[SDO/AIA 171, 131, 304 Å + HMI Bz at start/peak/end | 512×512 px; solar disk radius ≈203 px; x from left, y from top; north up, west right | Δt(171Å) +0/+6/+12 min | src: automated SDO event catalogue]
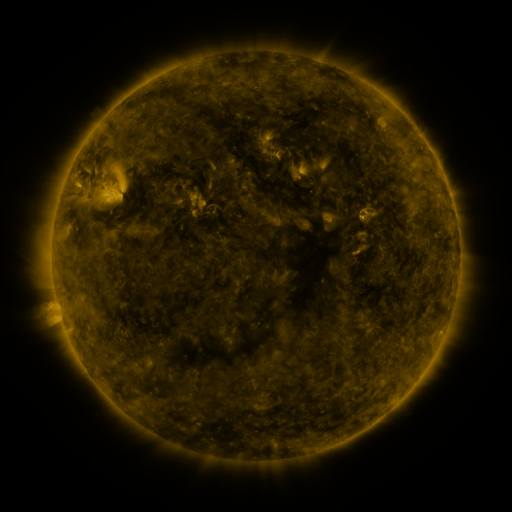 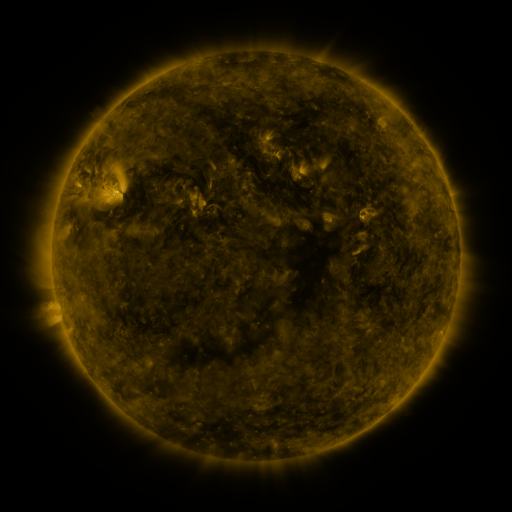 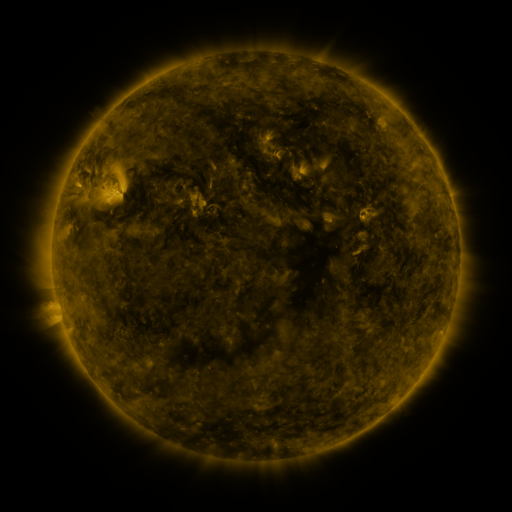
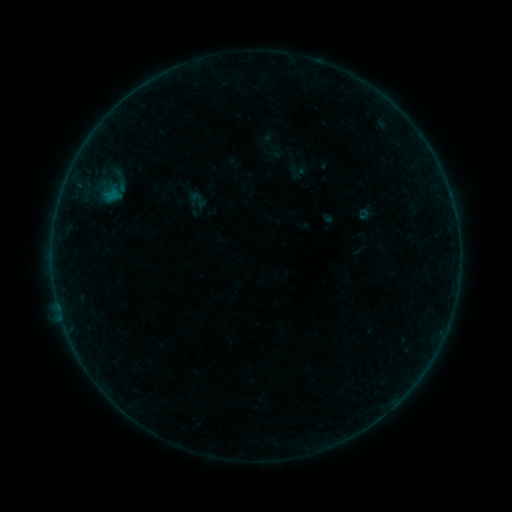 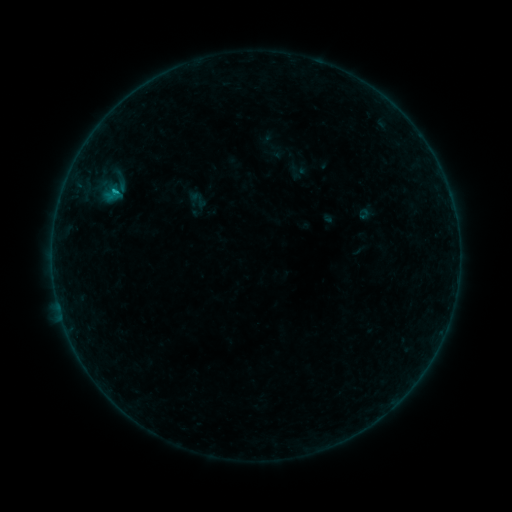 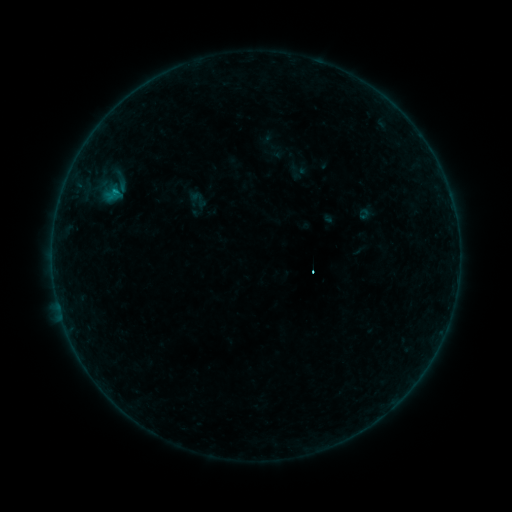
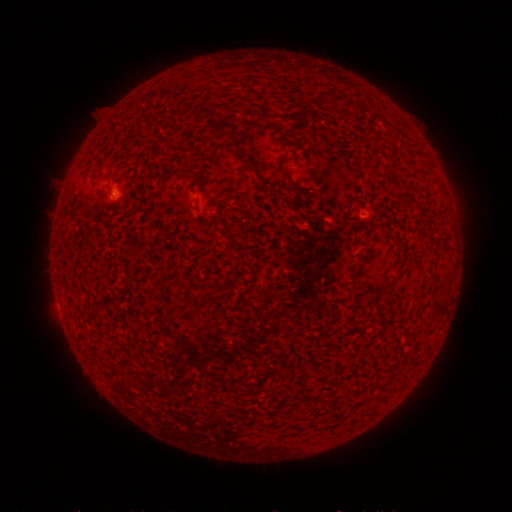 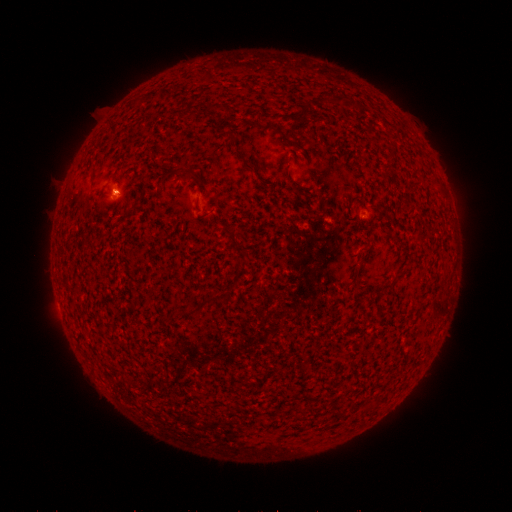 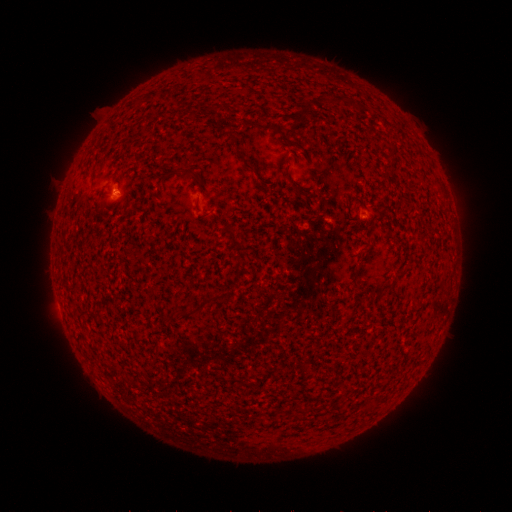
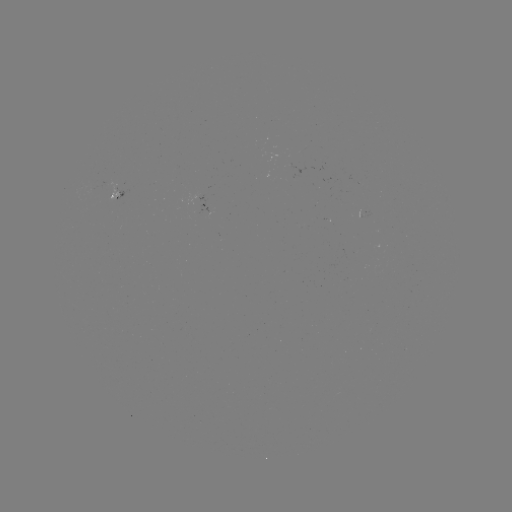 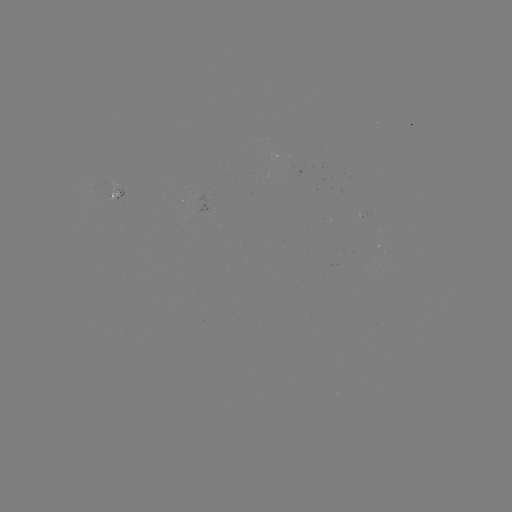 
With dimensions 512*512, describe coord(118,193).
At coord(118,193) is B4.0 flare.